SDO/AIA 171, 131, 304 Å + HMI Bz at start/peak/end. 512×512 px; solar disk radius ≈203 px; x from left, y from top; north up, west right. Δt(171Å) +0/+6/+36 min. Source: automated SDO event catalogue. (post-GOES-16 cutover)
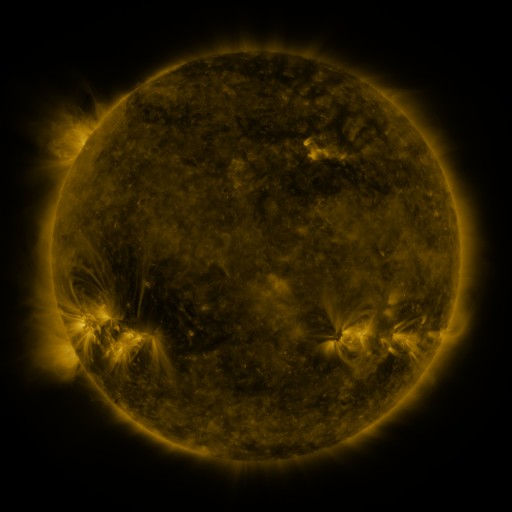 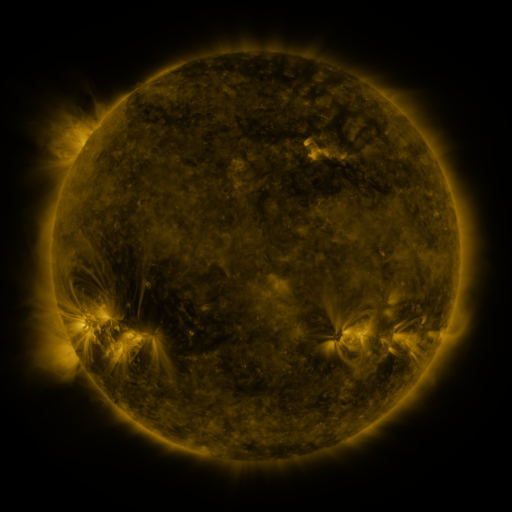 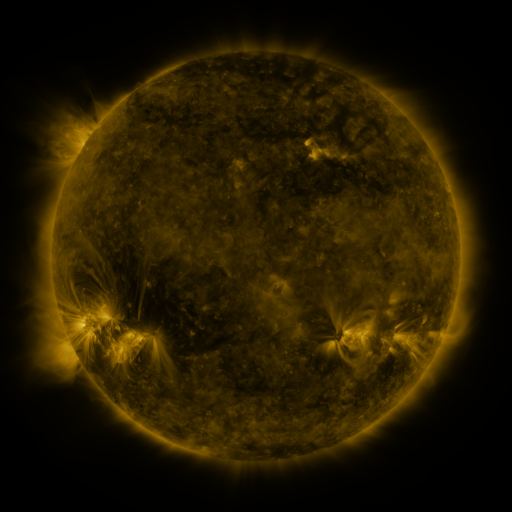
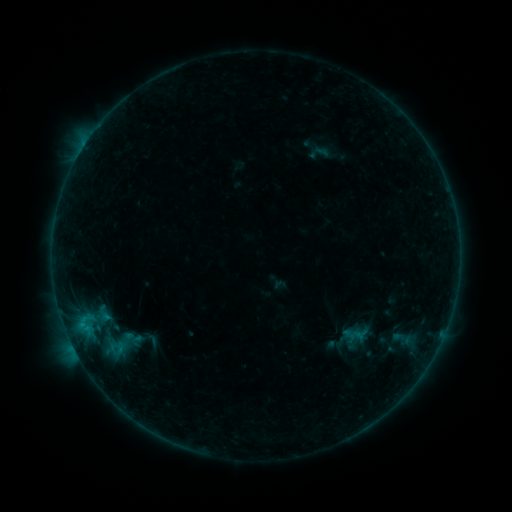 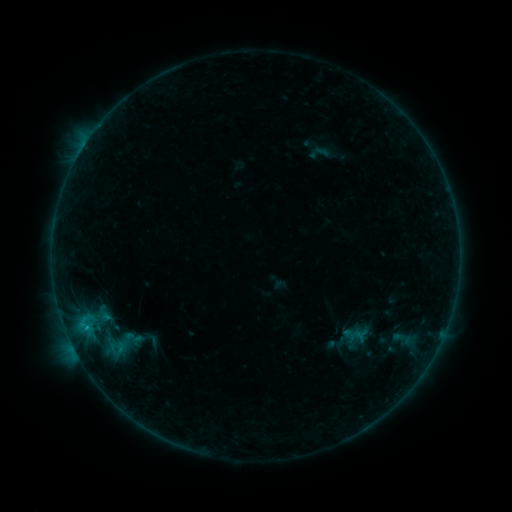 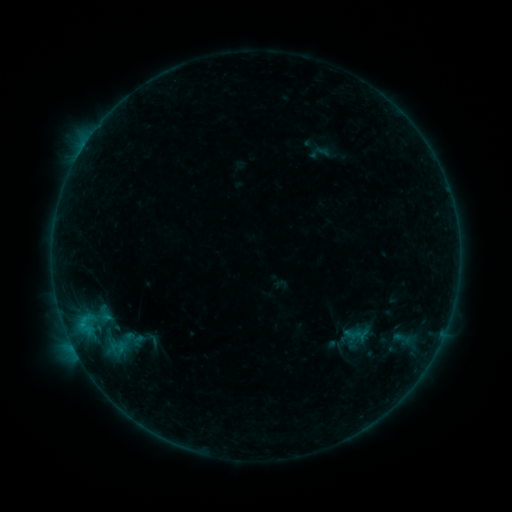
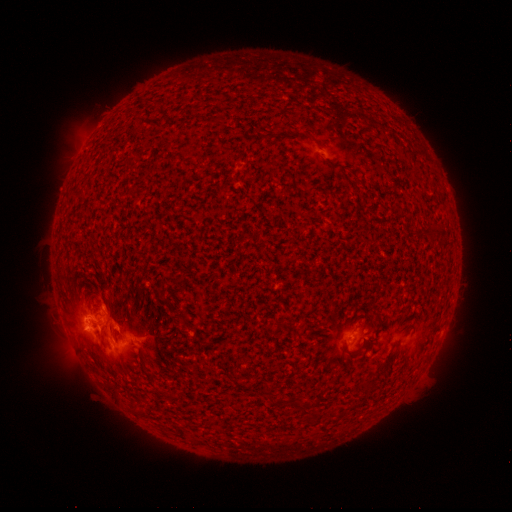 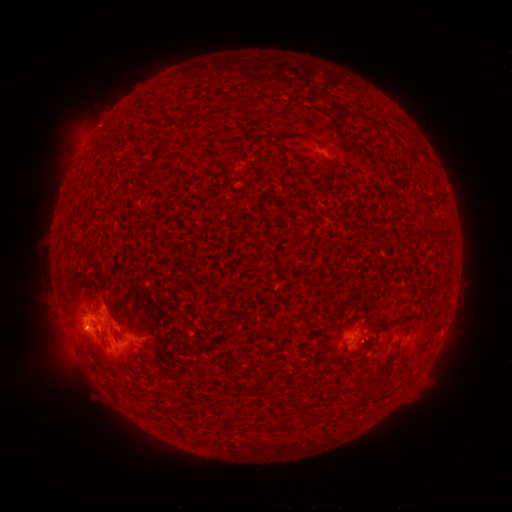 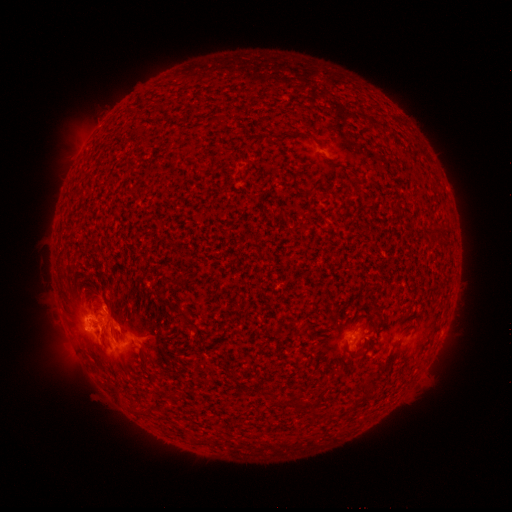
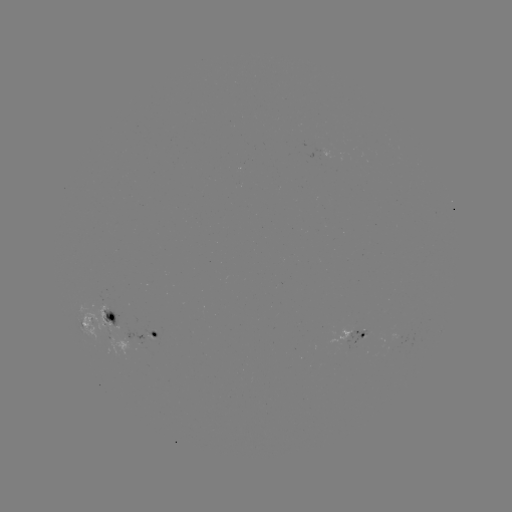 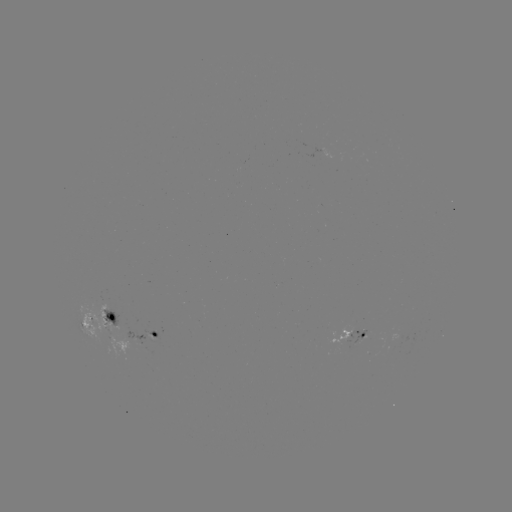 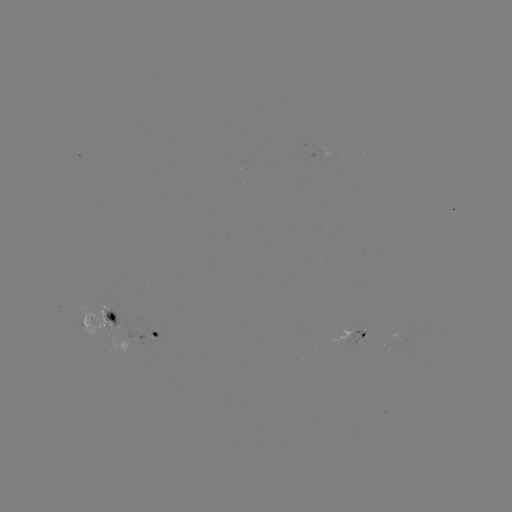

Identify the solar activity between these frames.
B8.4 flare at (87, 327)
